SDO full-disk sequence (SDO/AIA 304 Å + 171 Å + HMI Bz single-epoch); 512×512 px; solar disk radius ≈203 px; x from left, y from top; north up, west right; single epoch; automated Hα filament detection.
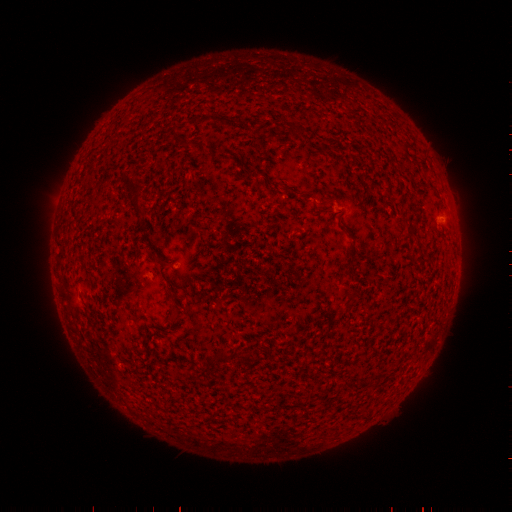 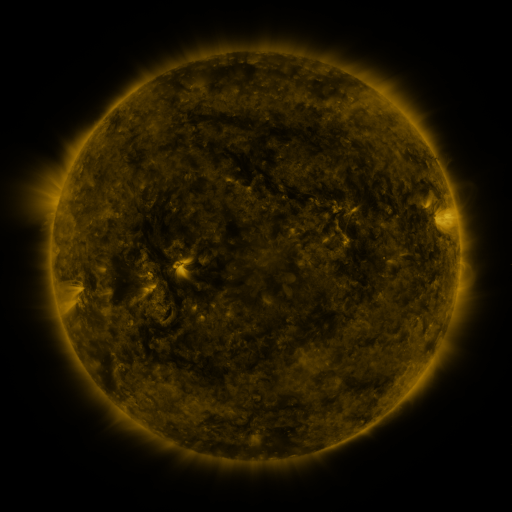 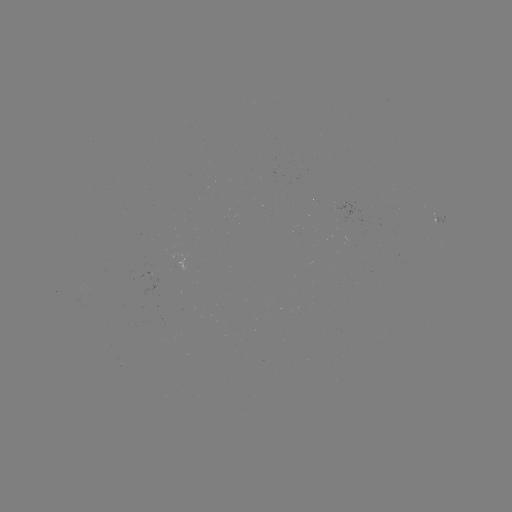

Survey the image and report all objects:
filament: (292, 129)
filament: (138, 193)
filament: (329, 203)
filament: (413, 233)
filament: (351, 259)
filament: (353, 295)
filament: (222, 355)
filament: (247, 357)
filament: (211, 358)
